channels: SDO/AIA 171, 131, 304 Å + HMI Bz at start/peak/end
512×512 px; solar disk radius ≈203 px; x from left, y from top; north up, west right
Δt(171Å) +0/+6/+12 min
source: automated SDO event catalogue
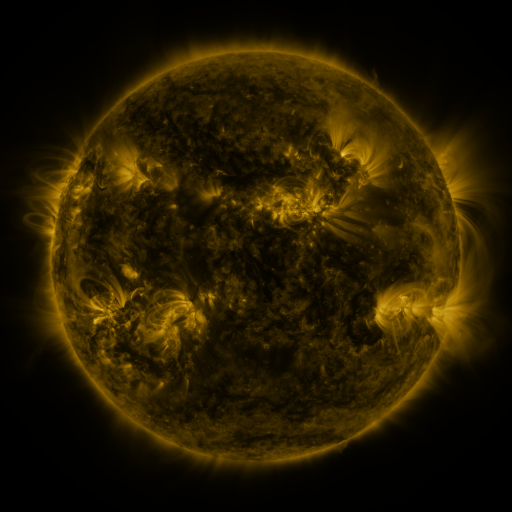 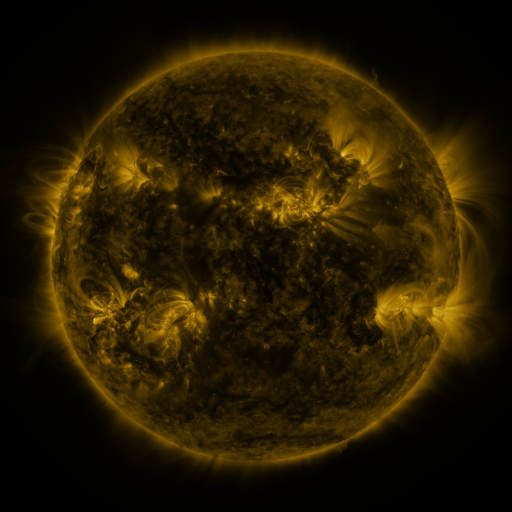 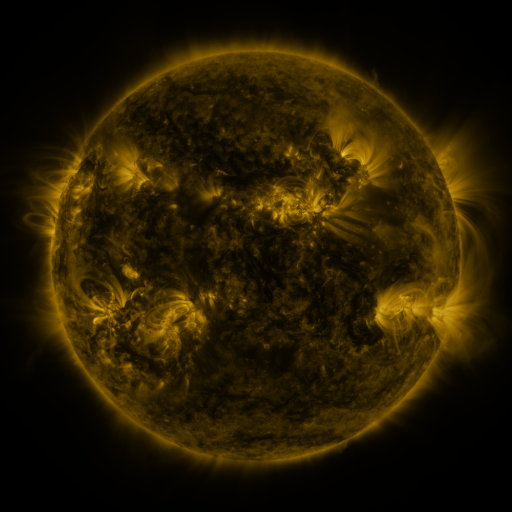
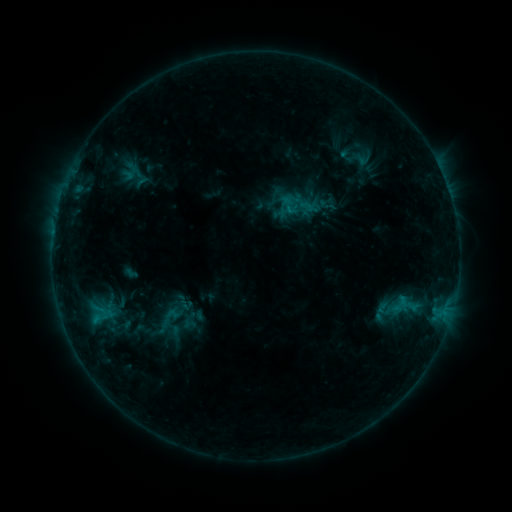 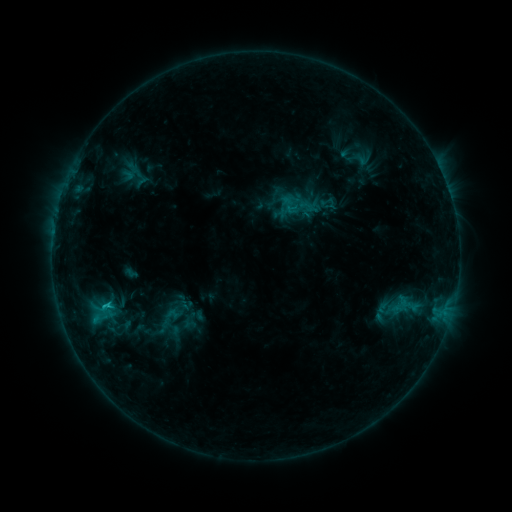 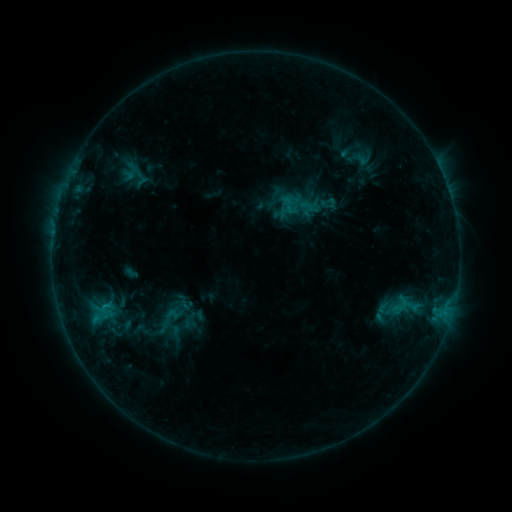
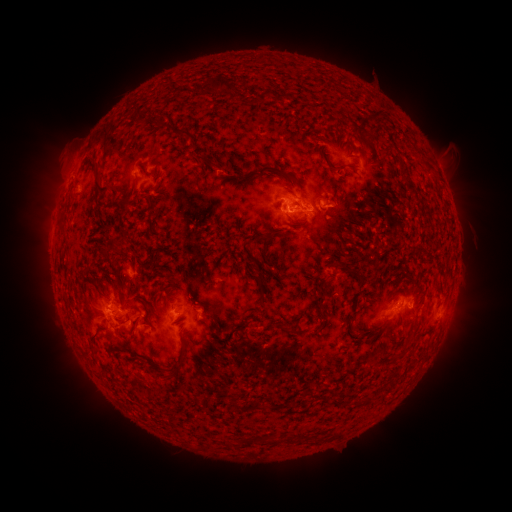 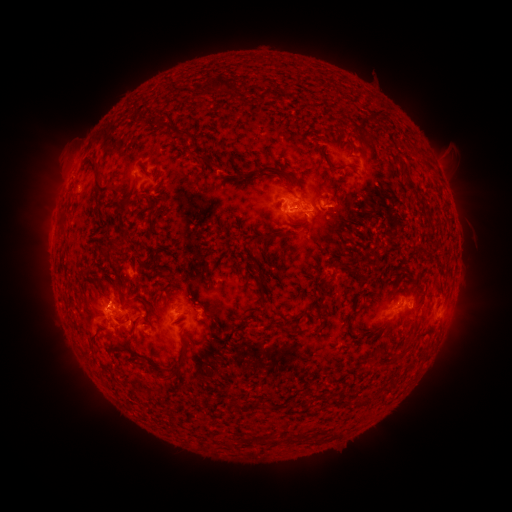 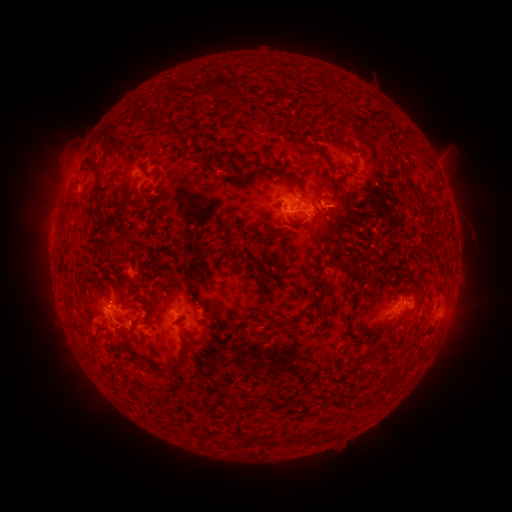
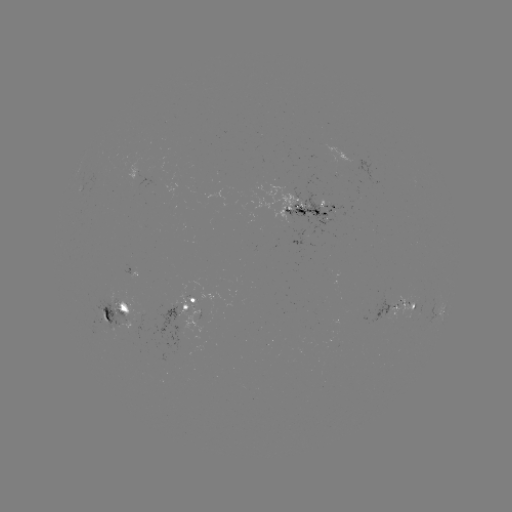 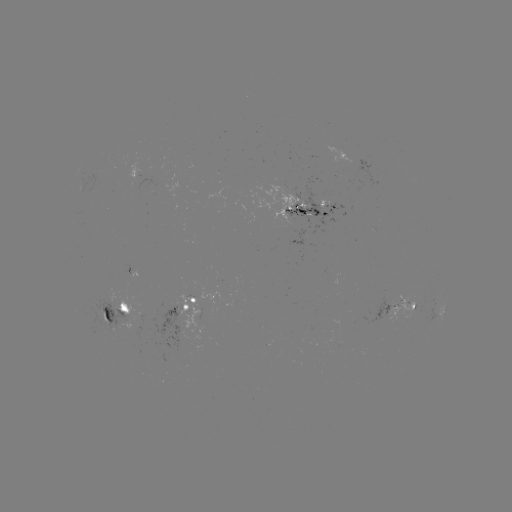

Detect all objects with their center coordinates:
C1.4 flare: (110, 302)
